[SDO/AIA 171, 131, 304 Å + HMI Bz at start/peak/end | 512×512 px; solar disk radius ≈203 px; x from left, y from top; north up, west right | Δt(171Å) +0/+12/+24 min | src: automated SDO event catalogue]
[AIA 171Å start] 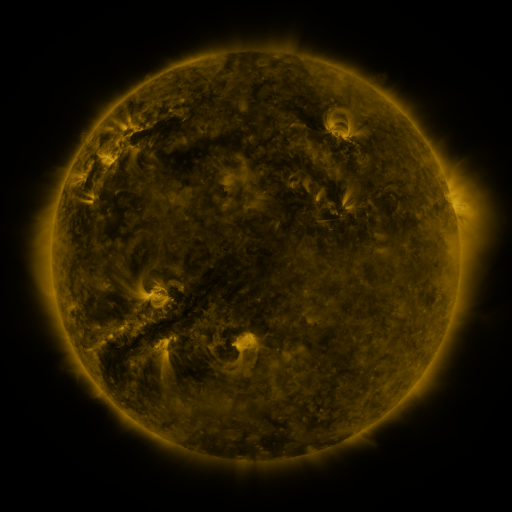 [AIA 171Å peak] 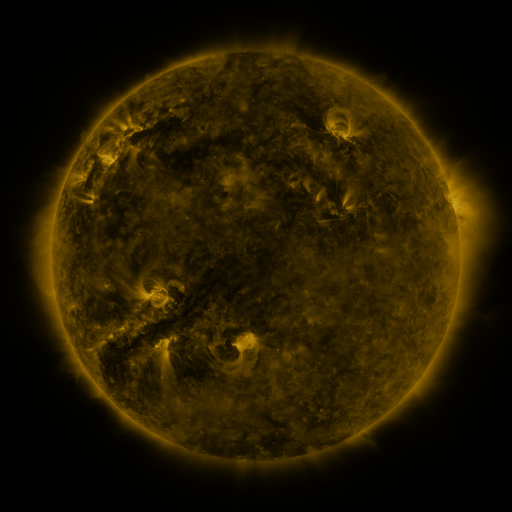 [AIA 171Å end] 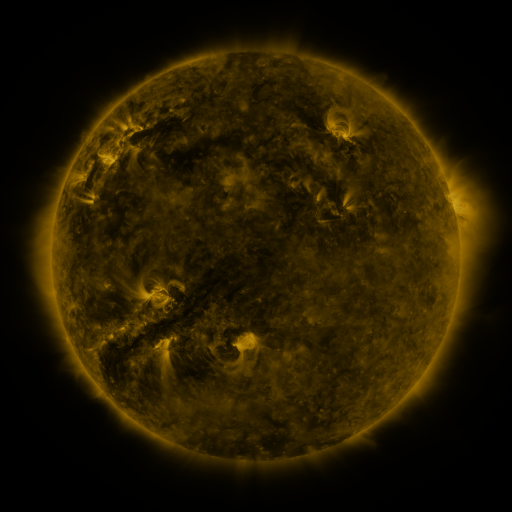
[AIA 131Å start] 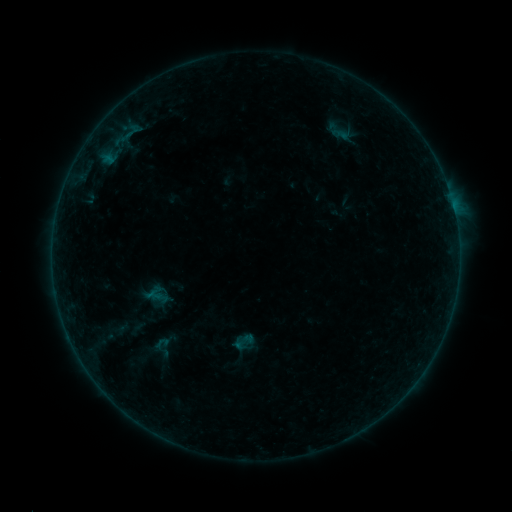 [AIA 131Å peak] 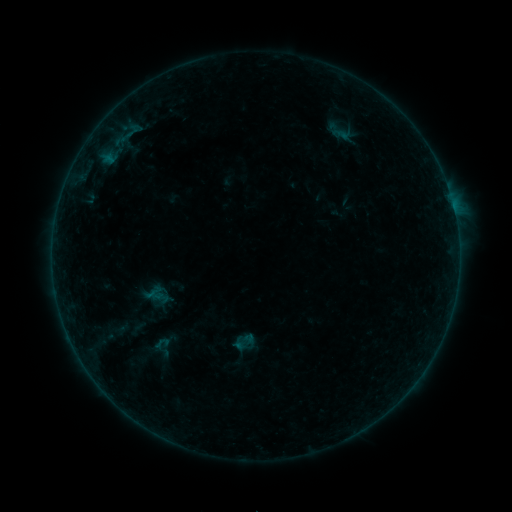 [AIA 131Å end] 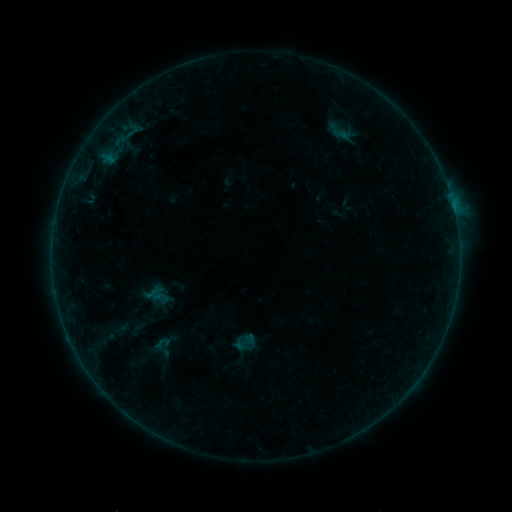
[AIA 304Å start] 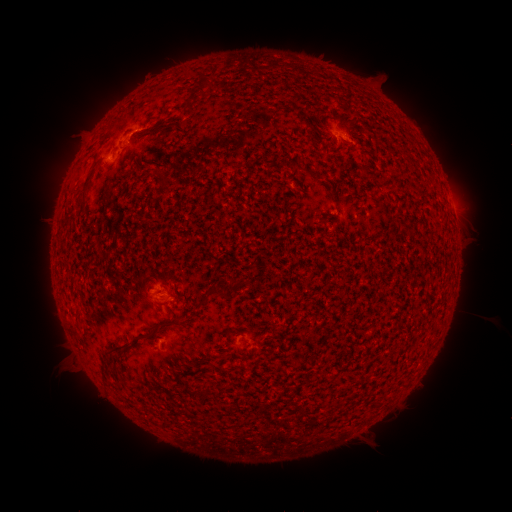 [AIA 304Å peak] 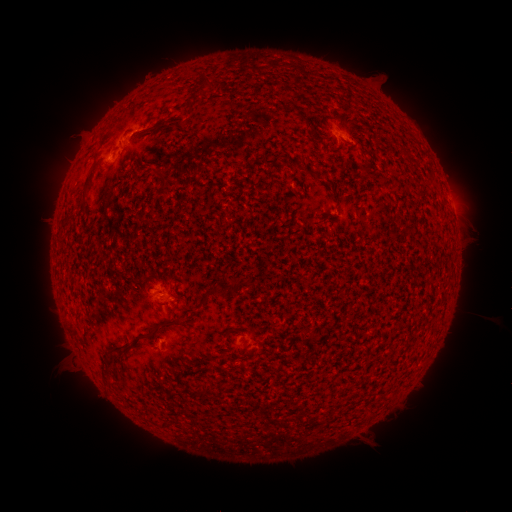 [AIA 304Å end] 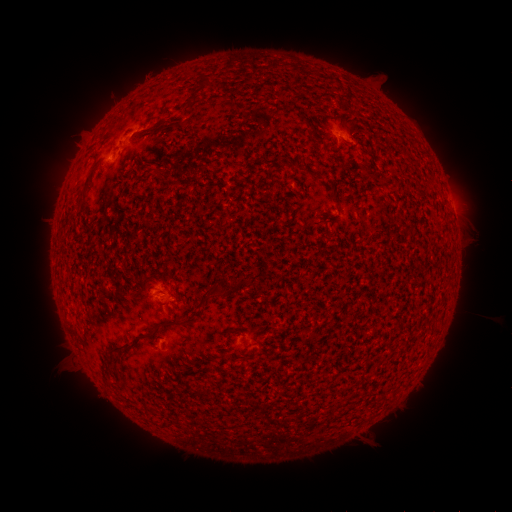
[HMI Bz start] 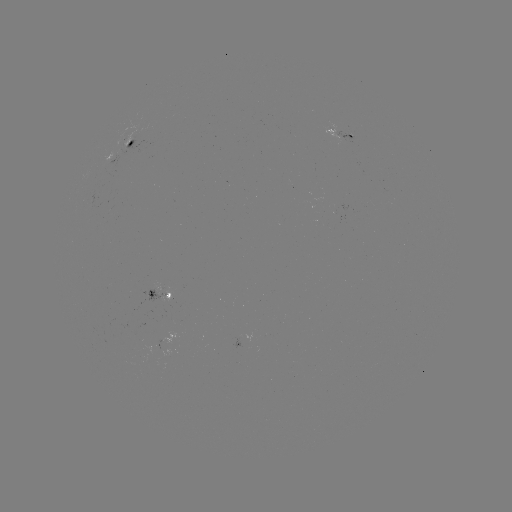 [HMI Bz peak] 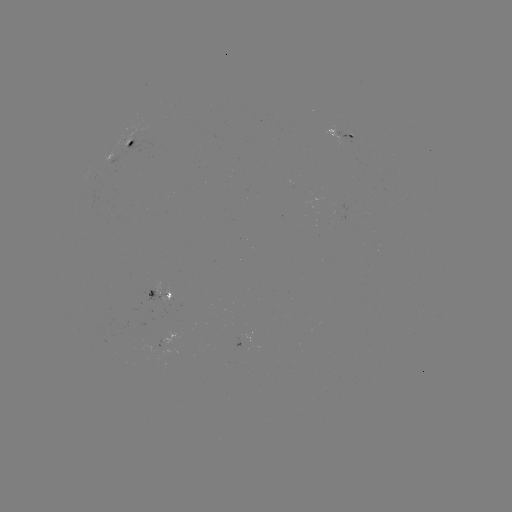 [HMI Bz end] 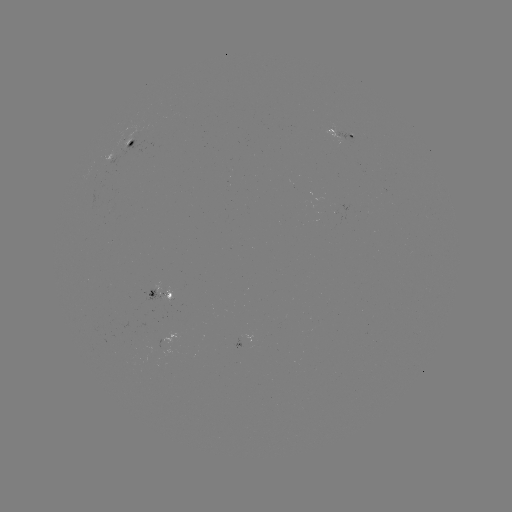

nothing was catalogued: no classed flare, no EUV trigger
